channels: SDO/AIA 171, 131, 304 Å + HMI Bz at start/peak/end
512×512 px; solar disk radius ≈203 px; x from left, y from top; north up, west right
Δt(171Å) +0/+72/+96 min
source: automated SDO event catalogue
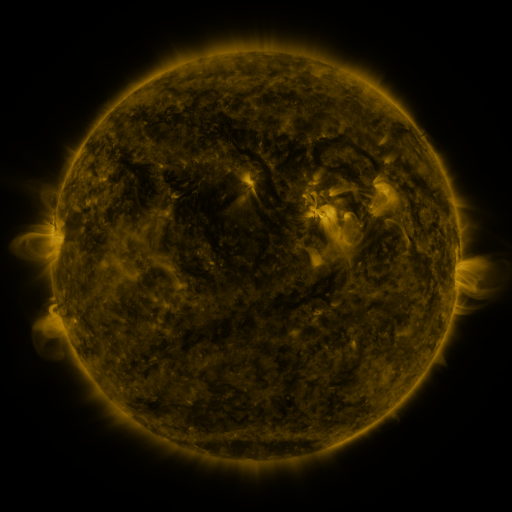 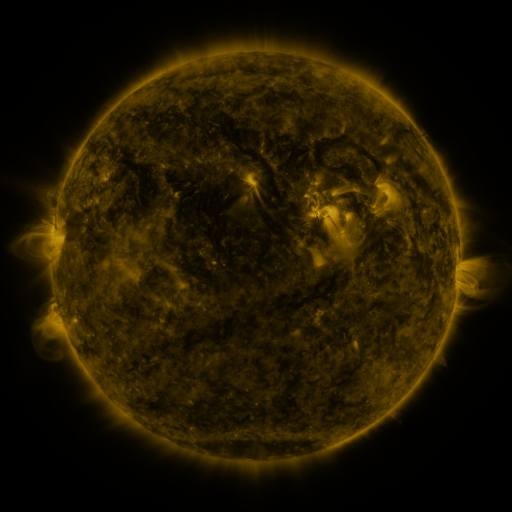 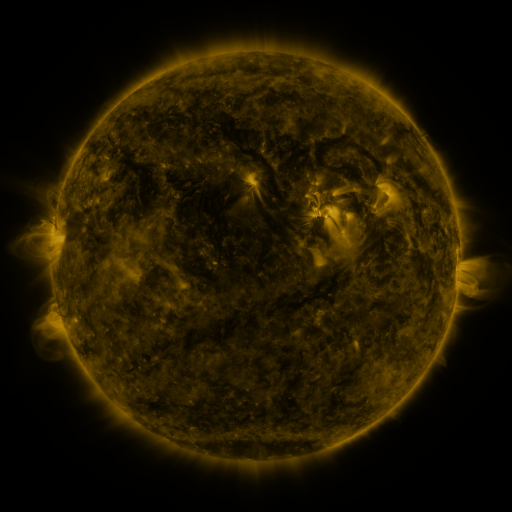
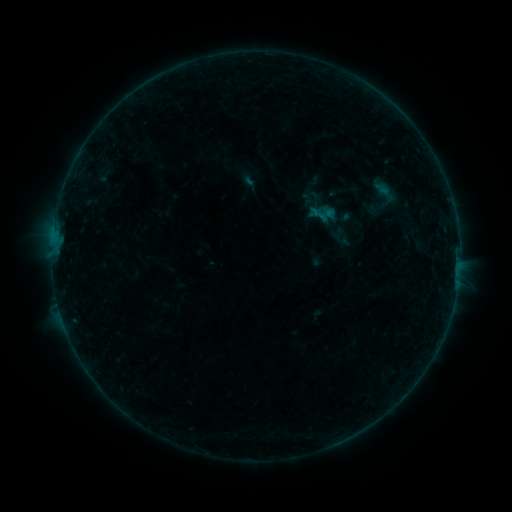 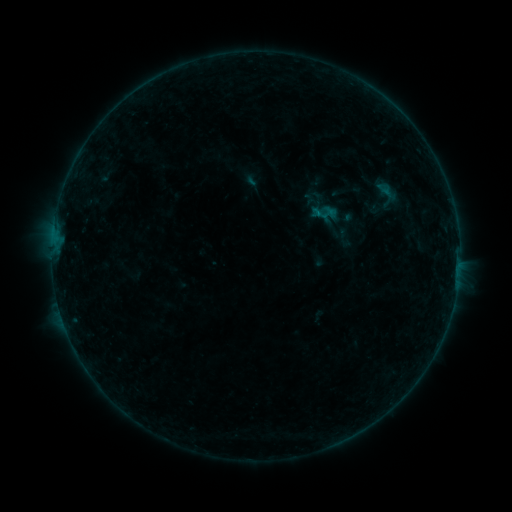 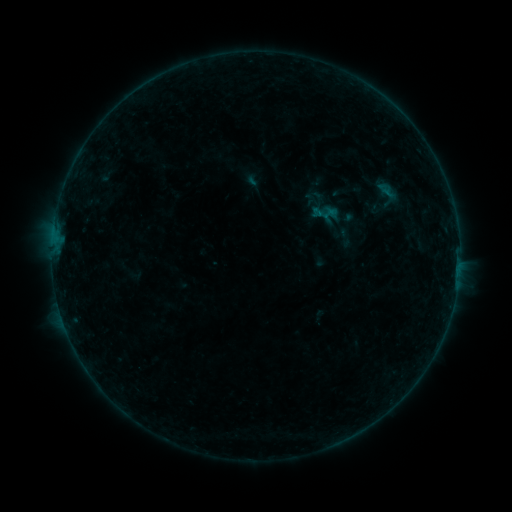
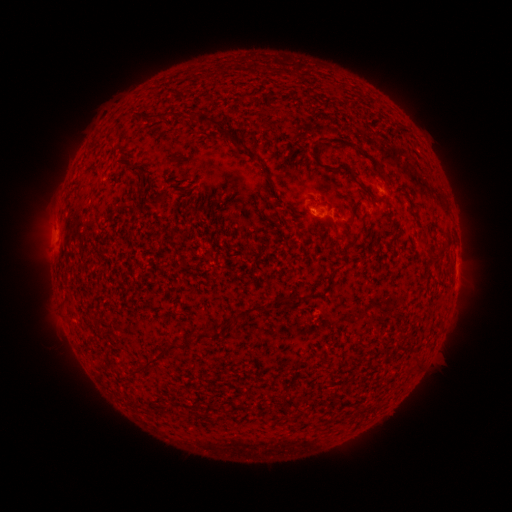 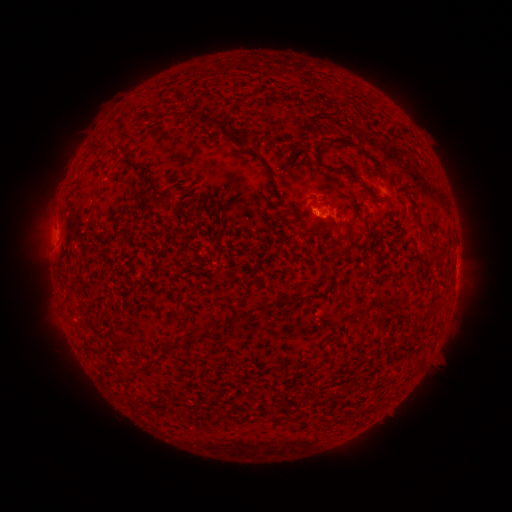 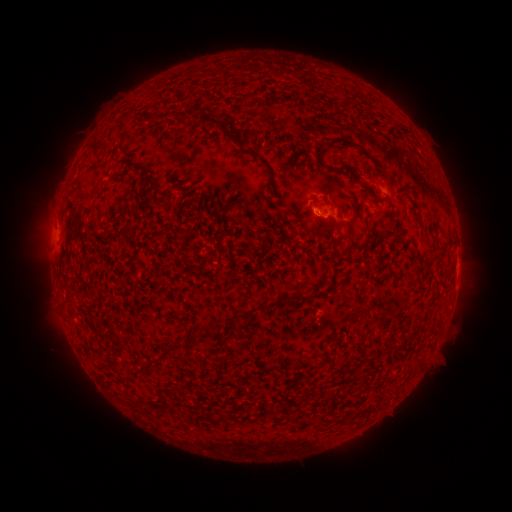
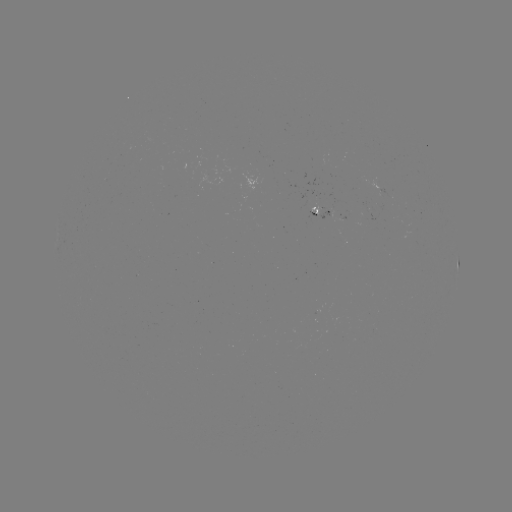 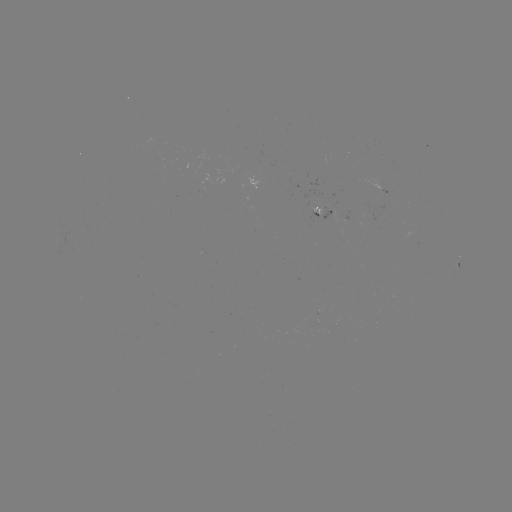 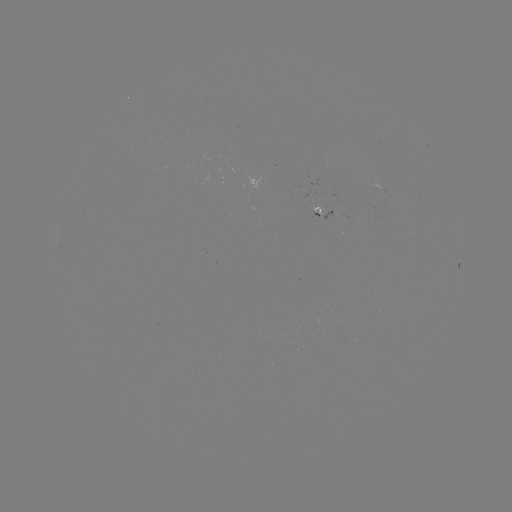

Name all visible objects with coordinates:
emerging-flux region: (312, 209)
